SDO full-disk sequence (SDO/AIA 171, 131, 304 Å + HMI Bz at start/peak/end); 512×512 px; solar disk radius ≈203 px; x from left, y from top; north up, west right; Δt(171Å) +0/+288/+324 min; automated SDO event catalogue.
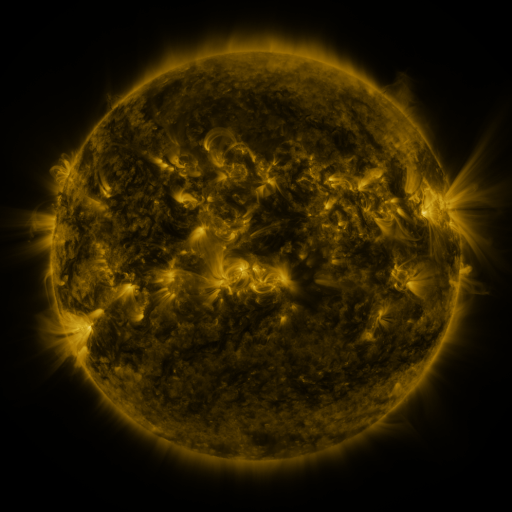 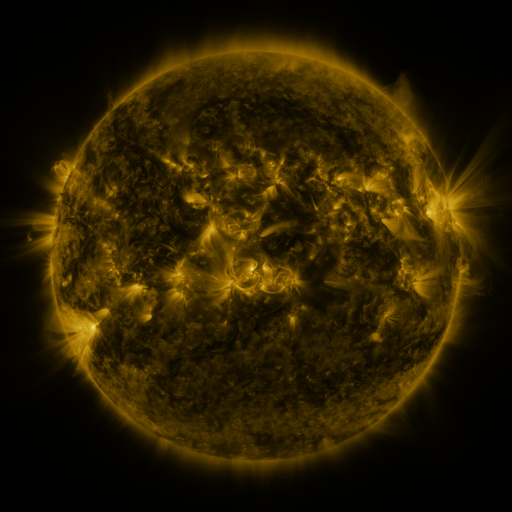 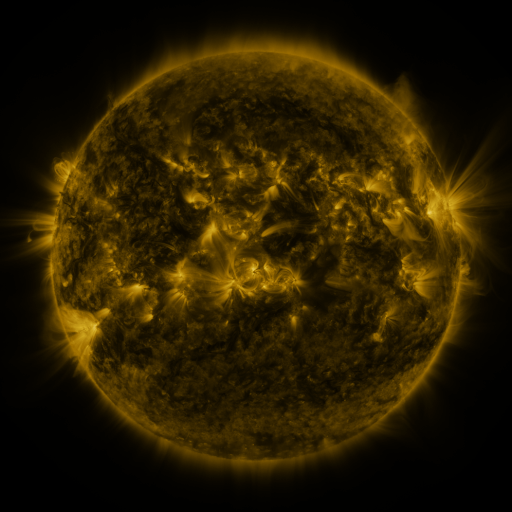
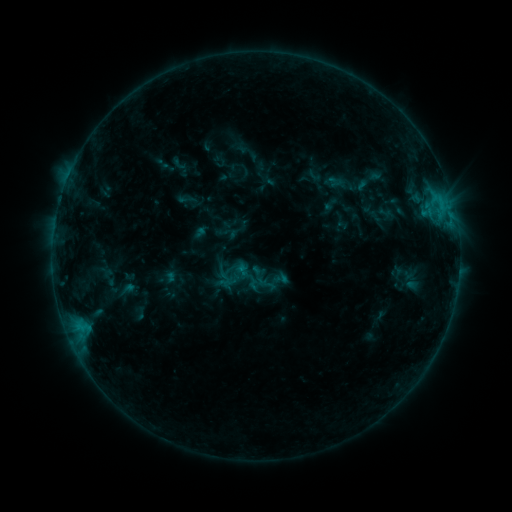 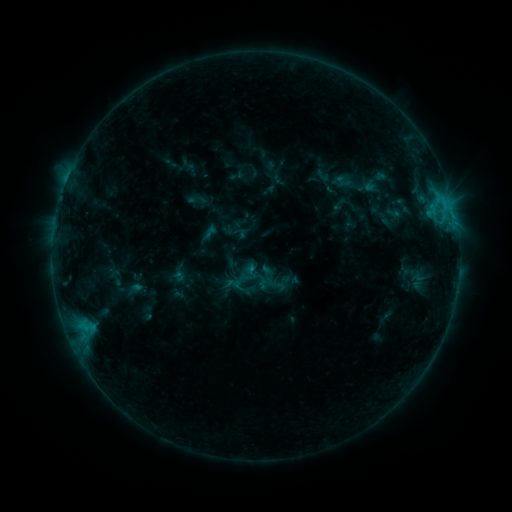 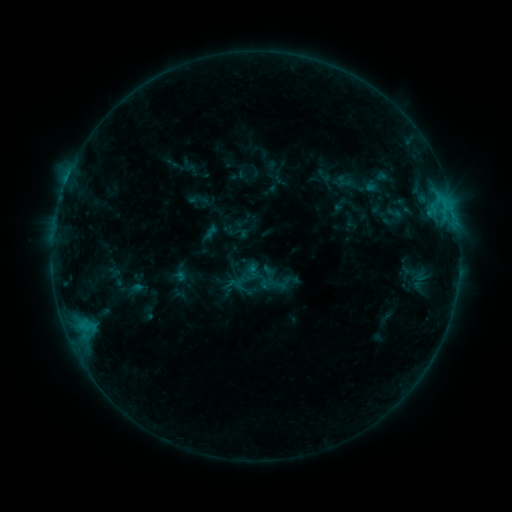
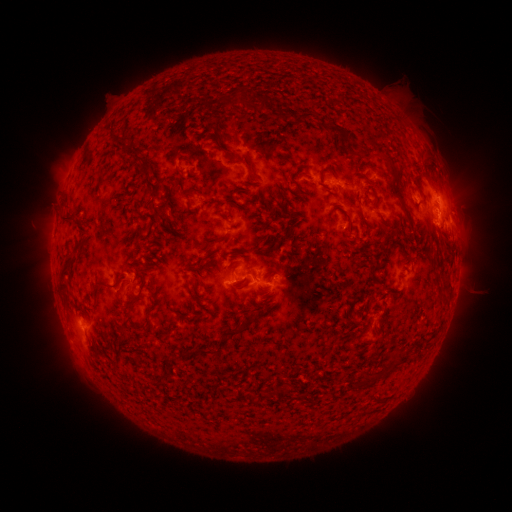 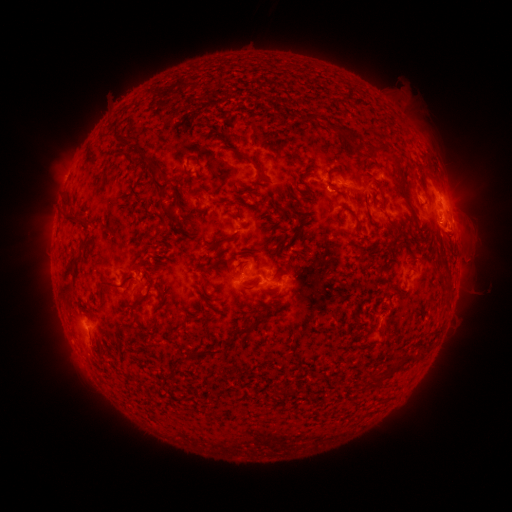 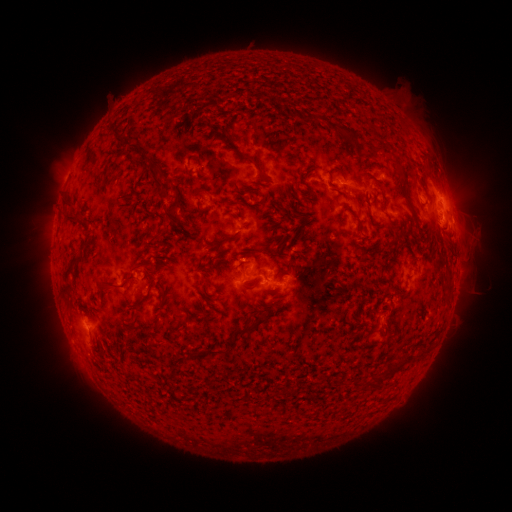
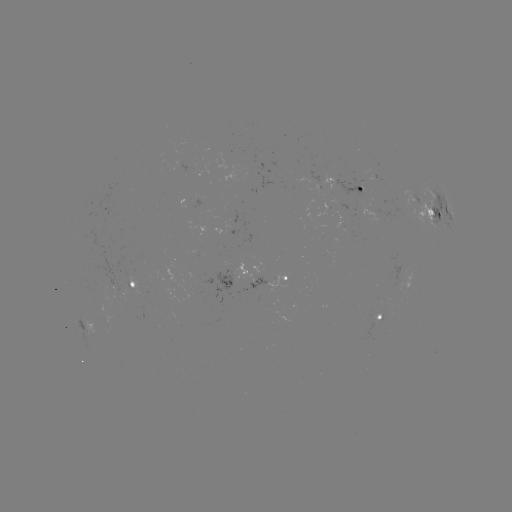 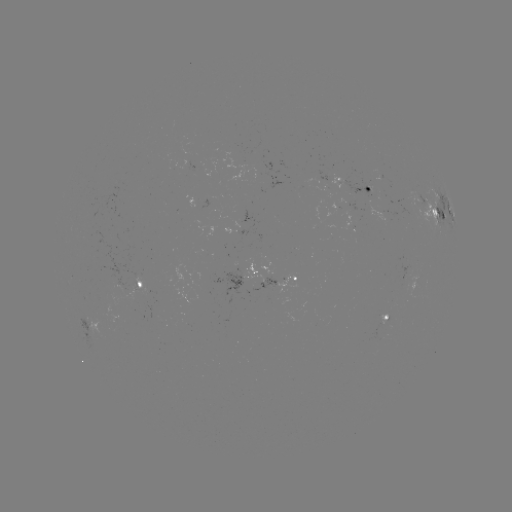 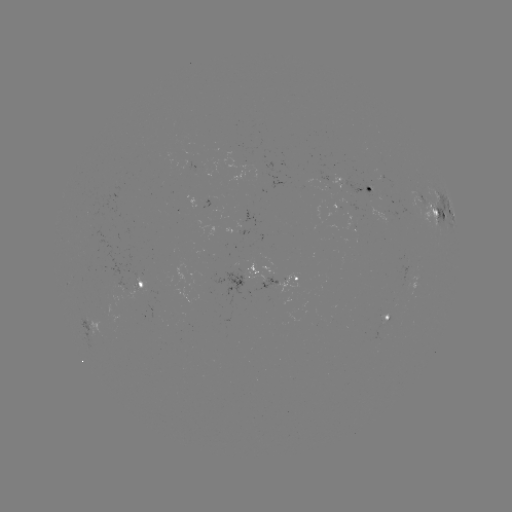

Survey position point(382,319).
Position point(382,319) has emerging-flux region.